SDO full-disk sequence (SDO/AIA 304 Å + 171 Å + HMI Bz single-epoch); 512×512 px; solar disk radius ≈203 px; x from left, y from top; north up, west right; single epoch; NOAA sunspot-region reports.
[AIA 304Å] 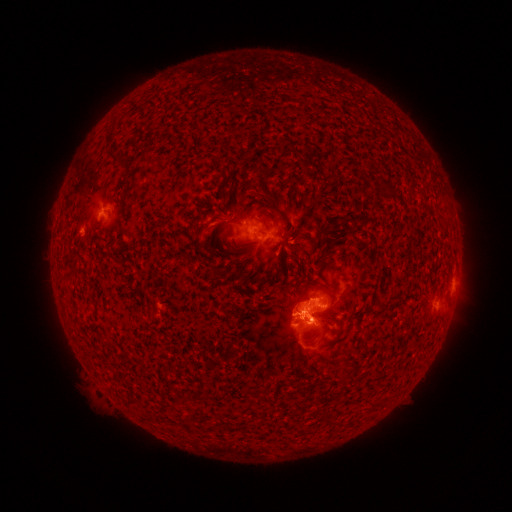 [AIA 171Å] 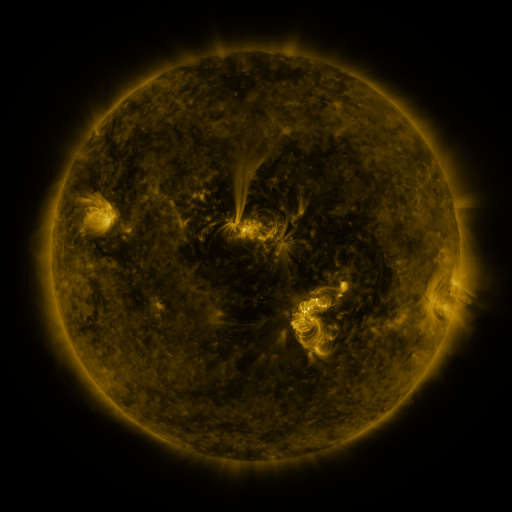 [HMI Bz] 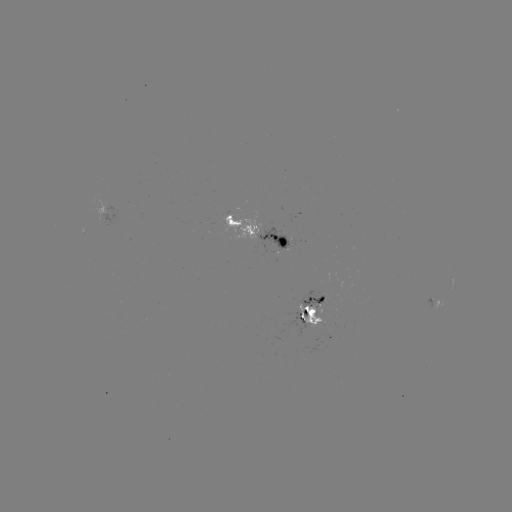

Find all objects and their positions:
spotted active region: (106, 205)
spotted active region: (259, 231)
spotted active region: (453, 269)
spotted active region: (438, 298)
spotted active region: (311, 308)
